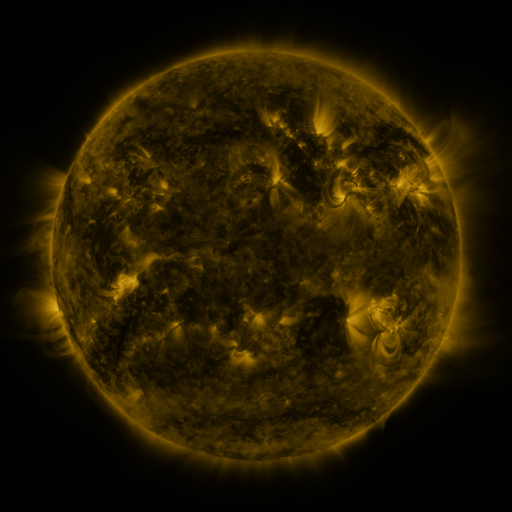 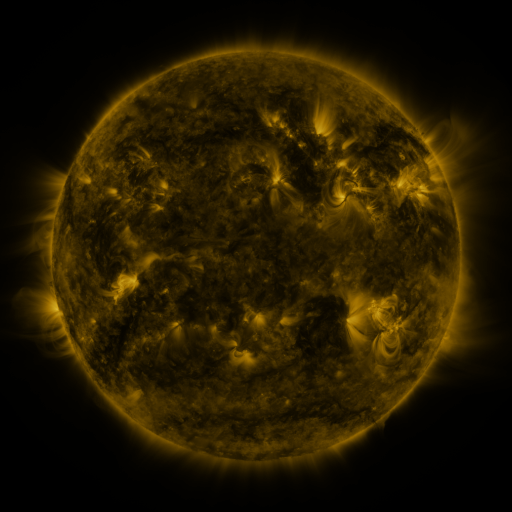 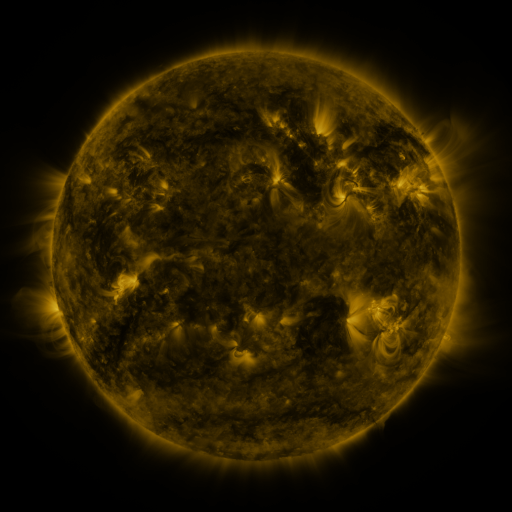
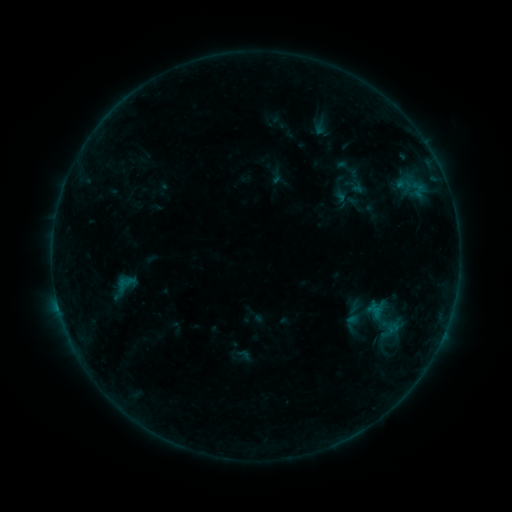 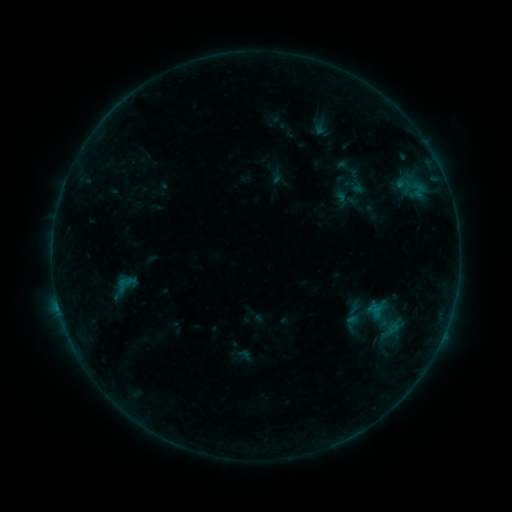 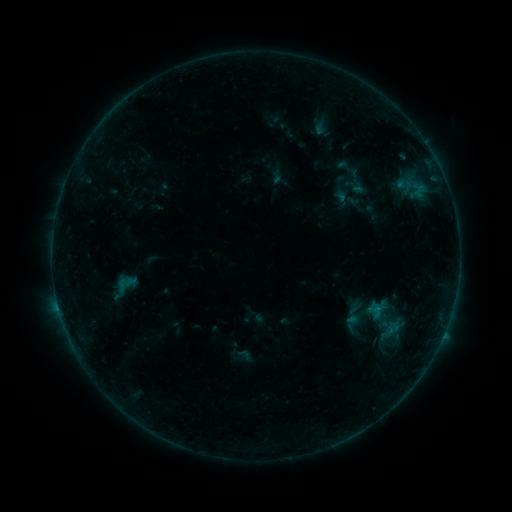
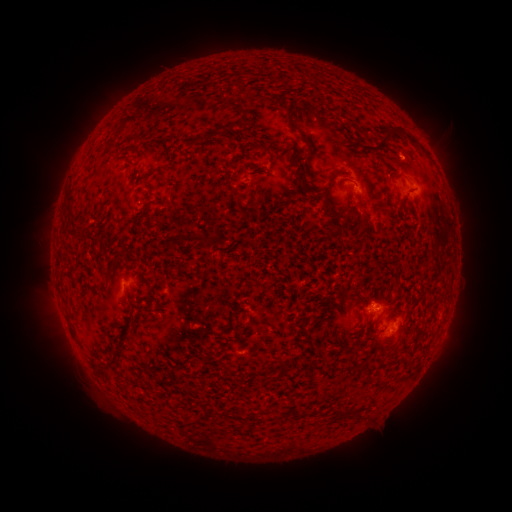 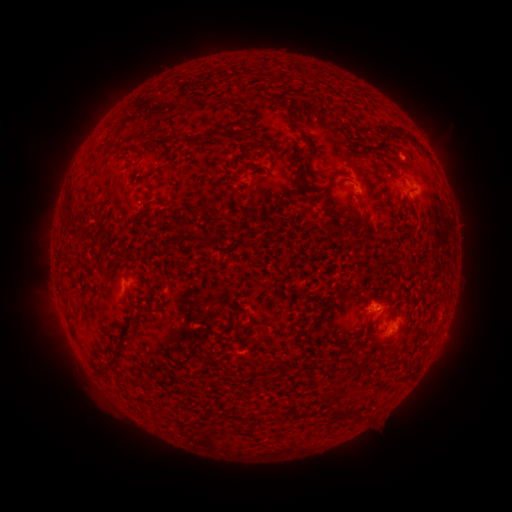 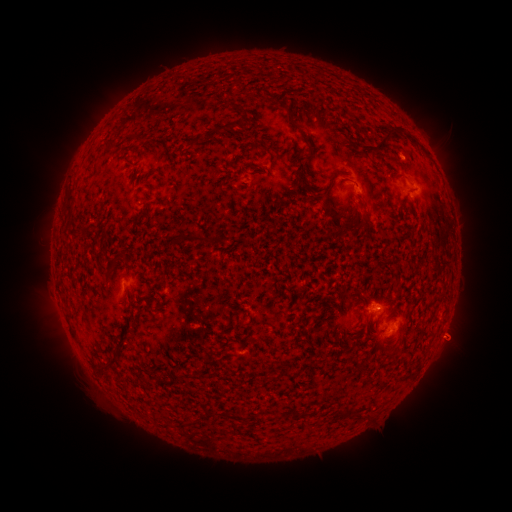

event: flare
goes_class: B2.9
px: (372, 302)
